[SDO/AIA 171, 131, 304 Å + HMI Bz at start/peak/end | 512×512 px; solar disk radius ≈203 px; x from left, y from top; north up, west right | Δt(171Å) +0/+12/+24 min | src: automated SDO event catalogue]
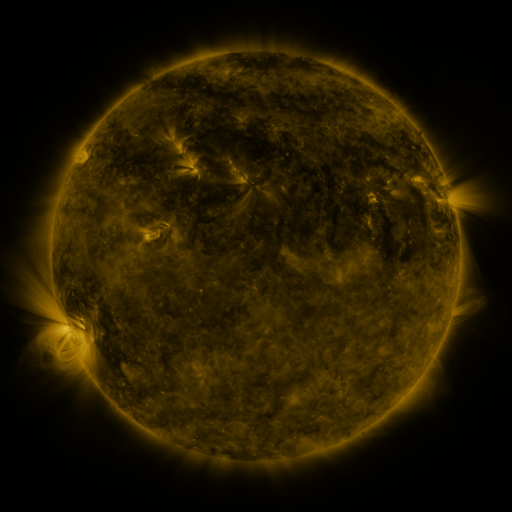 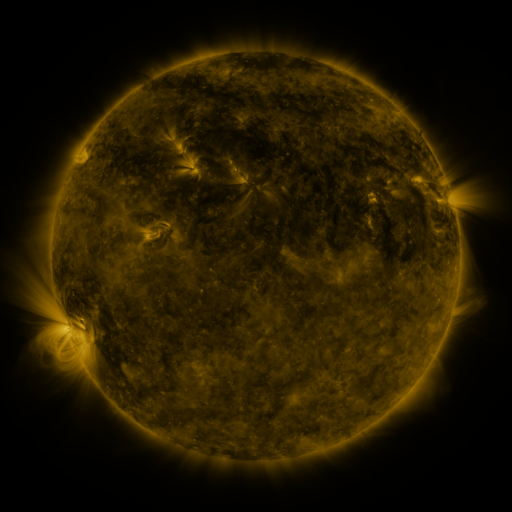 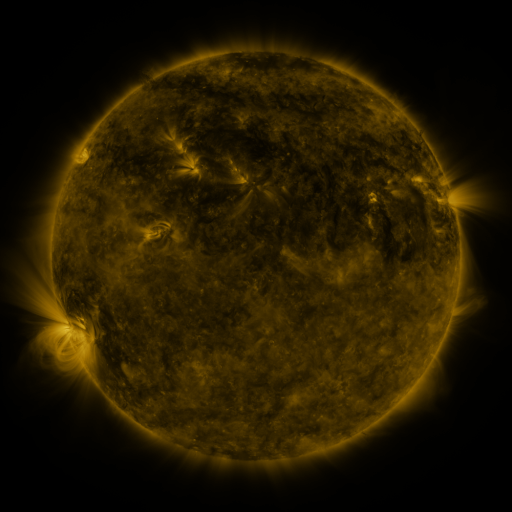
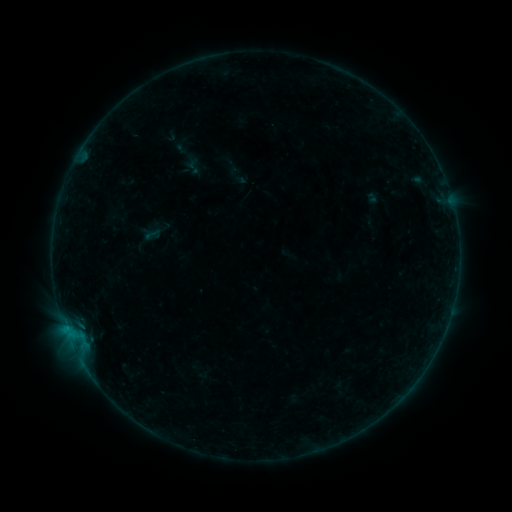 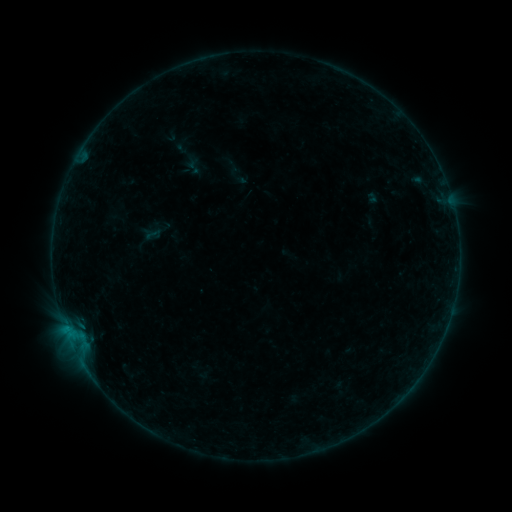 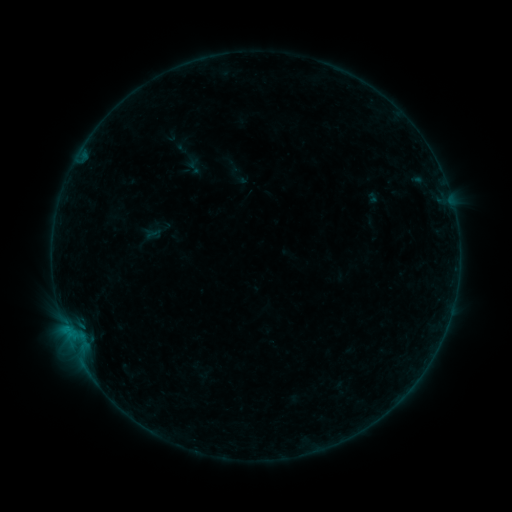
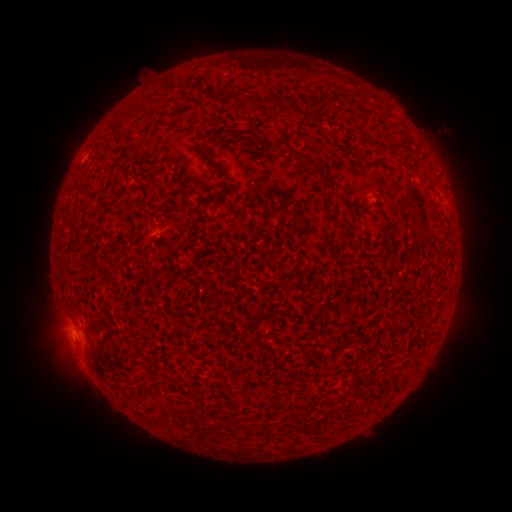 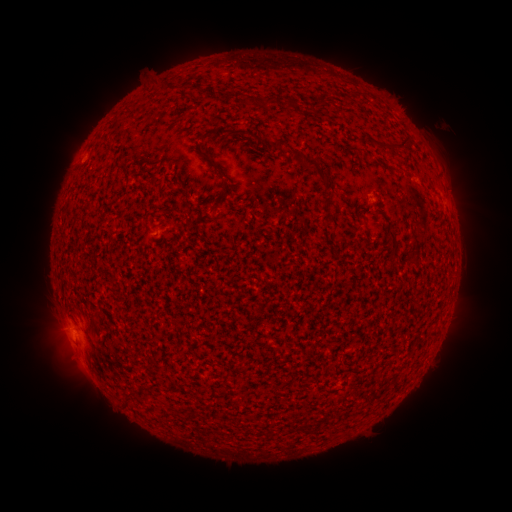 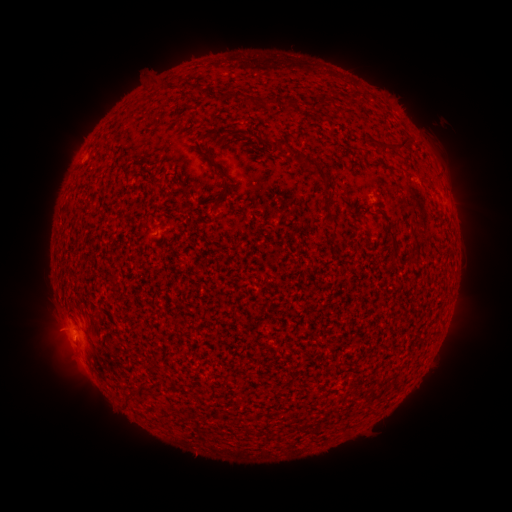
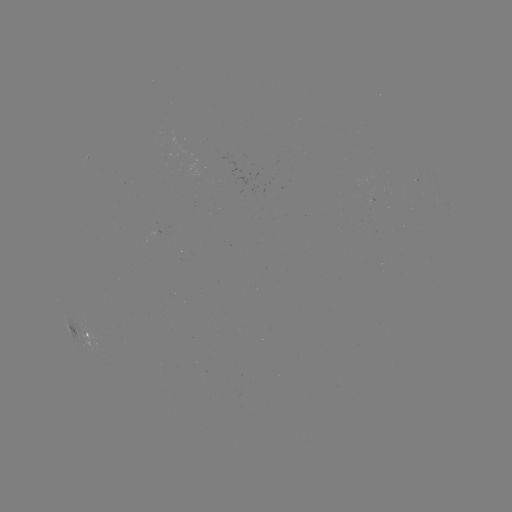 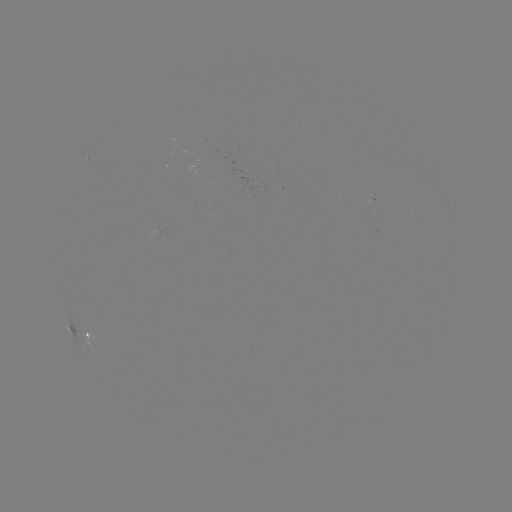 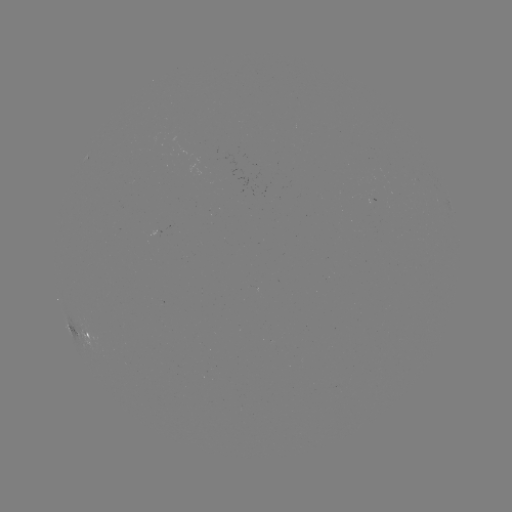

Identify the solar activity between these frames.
no flare in any classed list; no EUV-trigger detection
